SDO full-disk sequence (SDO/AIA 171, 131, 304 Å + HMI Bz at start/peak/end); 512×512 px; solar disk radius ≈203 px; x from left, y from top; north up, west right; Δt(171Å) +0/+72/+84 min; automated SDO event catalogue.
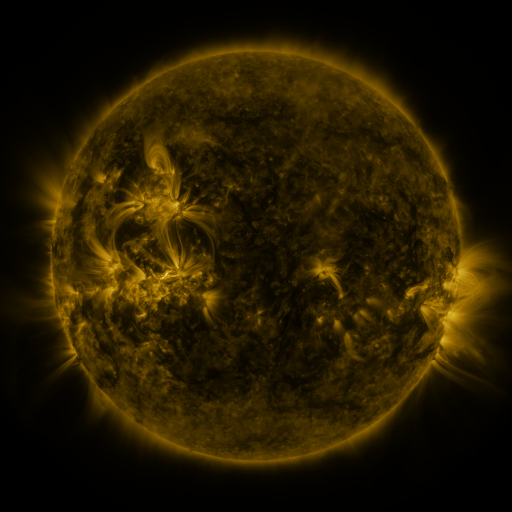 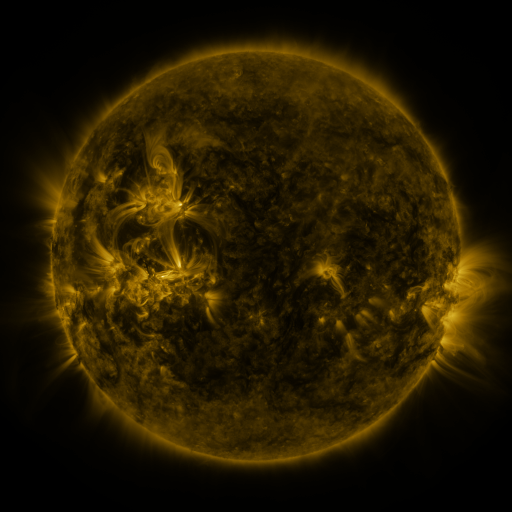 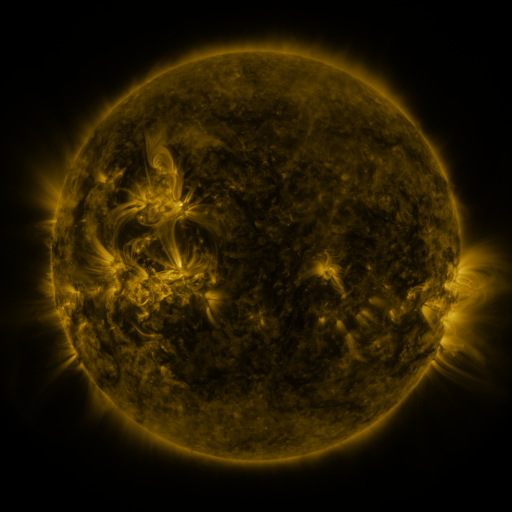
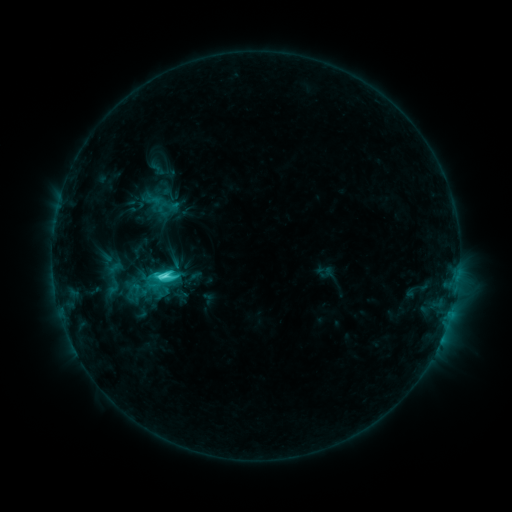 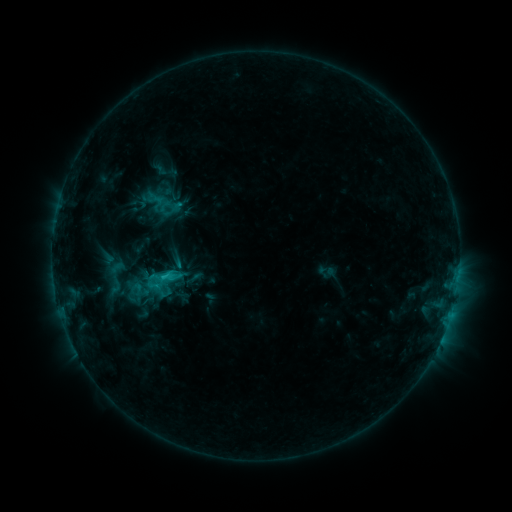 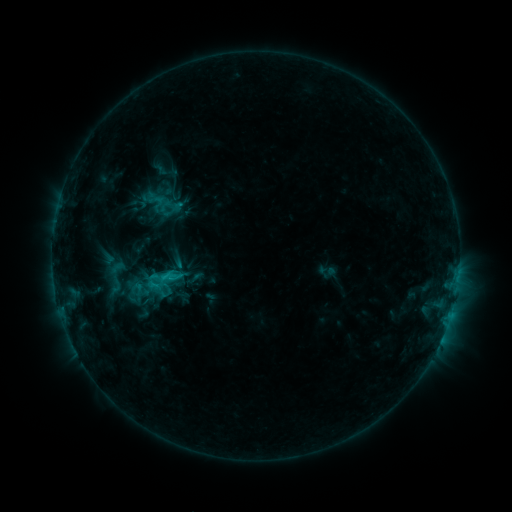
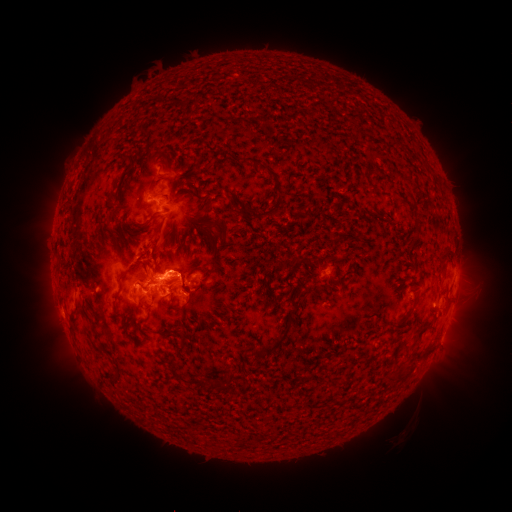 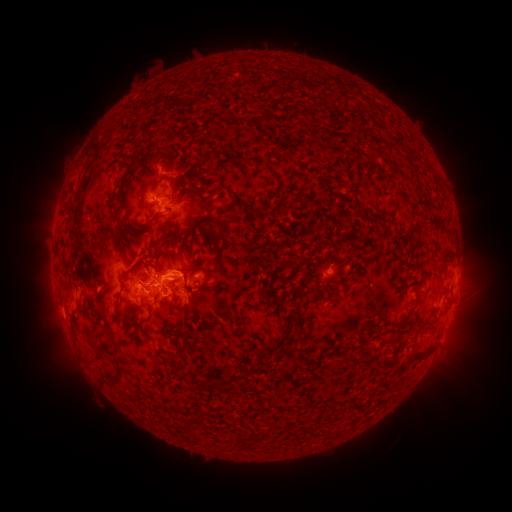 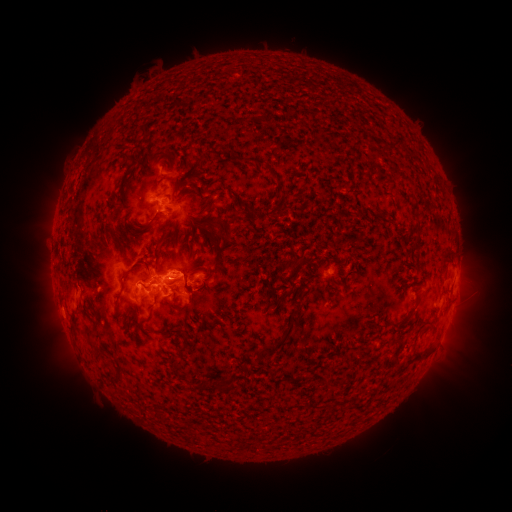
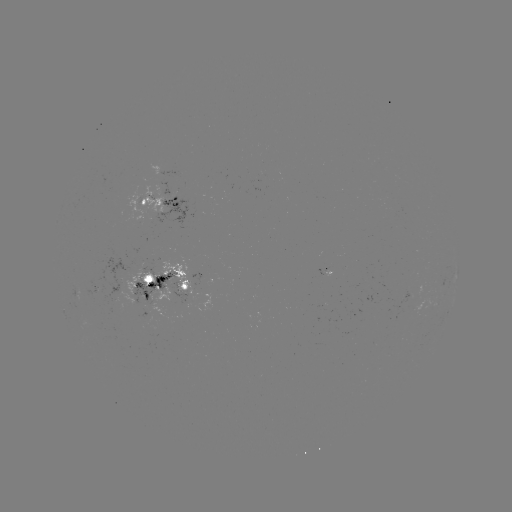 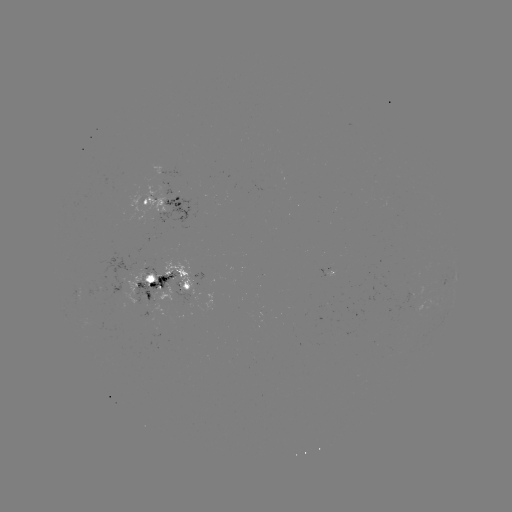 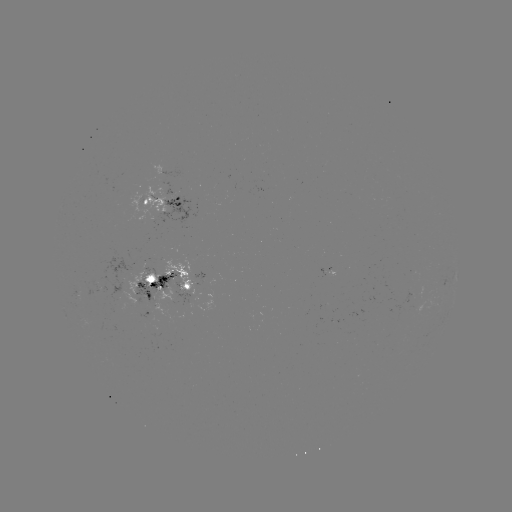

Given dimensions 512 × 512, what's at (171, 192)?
emerging-flux region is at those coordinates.